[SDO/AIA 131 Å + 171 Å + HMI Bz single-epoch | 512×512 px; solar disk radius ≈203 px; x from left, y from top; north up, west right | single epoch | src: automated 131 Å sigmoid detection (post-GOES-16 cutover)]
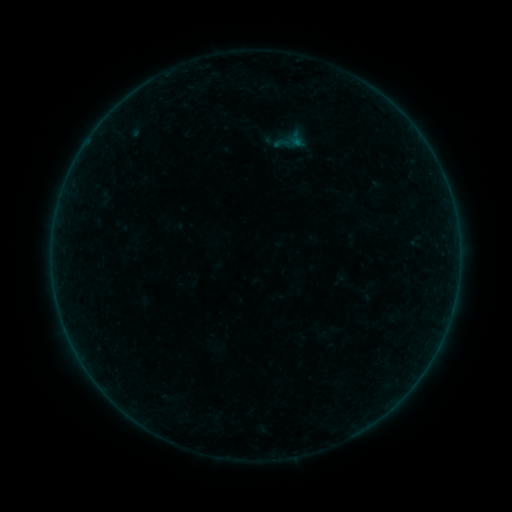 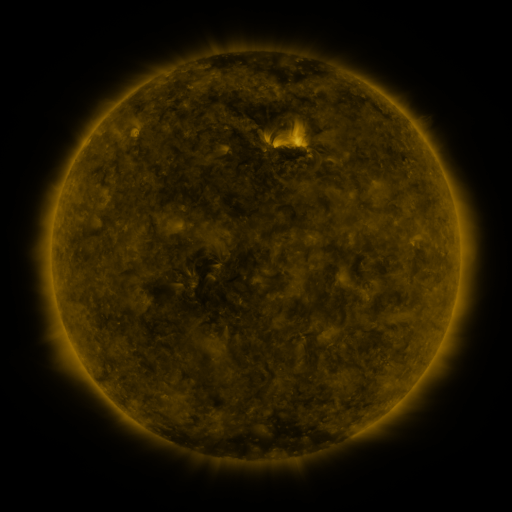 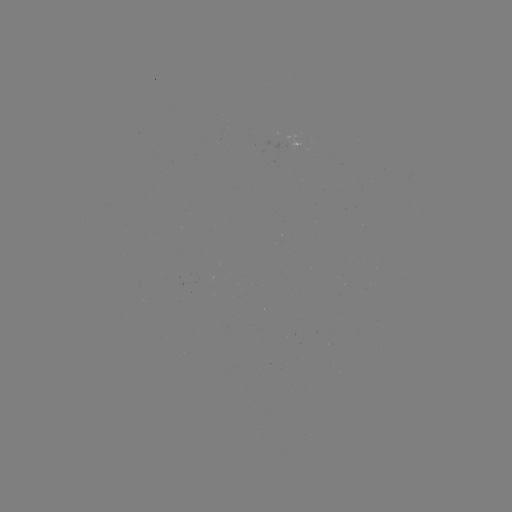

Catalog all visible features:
sigmoid: (290, 141)
